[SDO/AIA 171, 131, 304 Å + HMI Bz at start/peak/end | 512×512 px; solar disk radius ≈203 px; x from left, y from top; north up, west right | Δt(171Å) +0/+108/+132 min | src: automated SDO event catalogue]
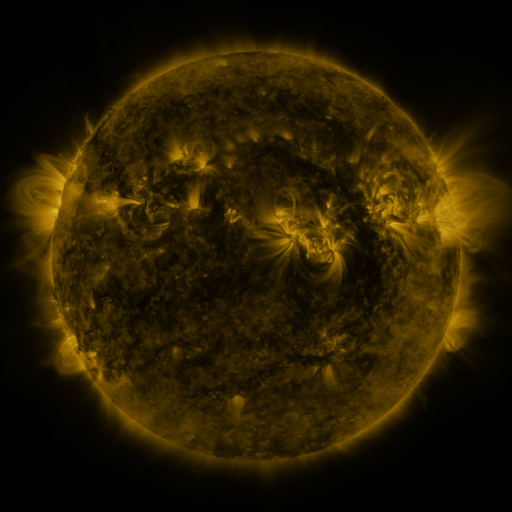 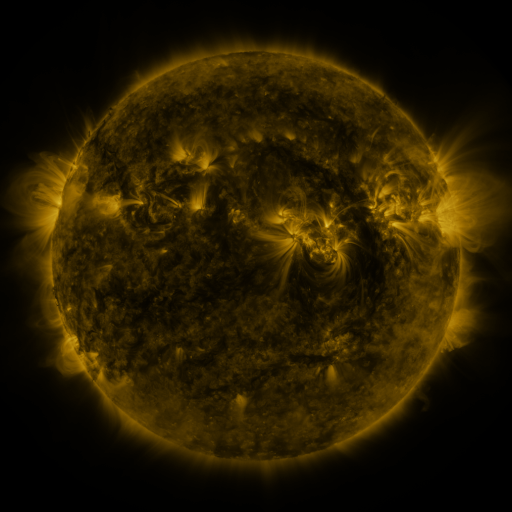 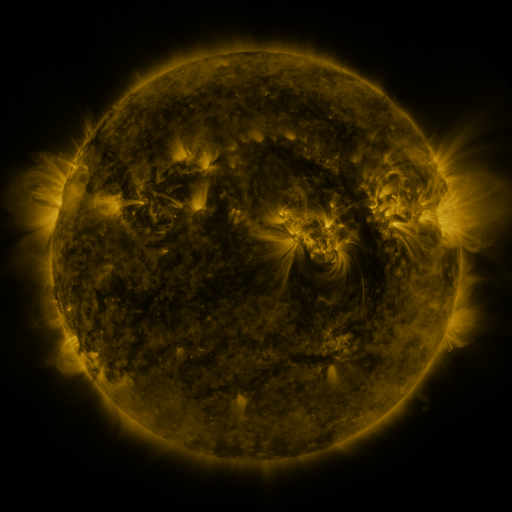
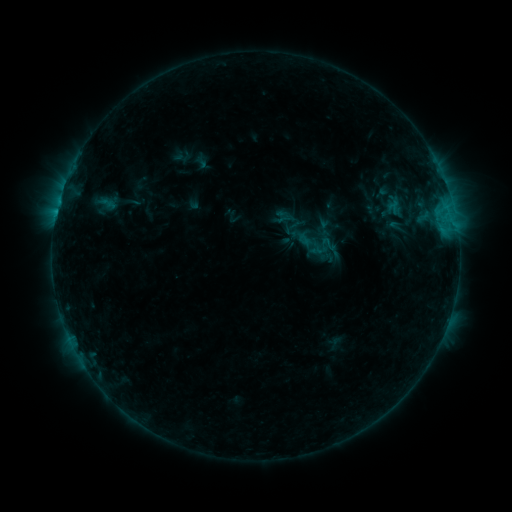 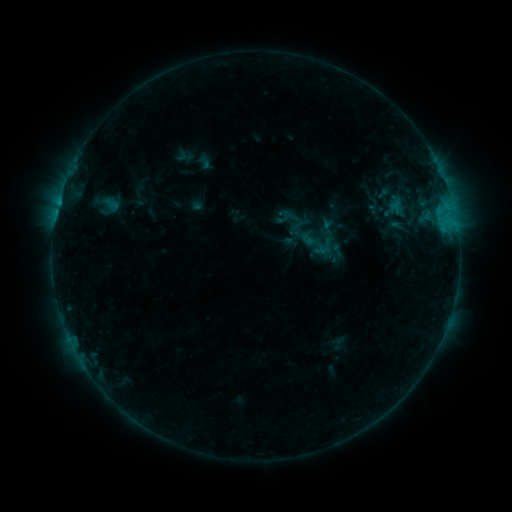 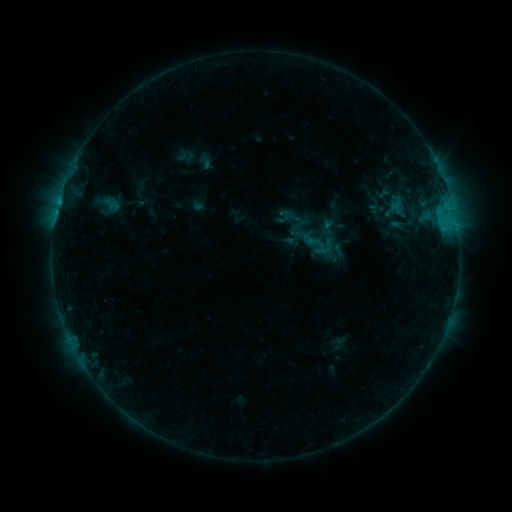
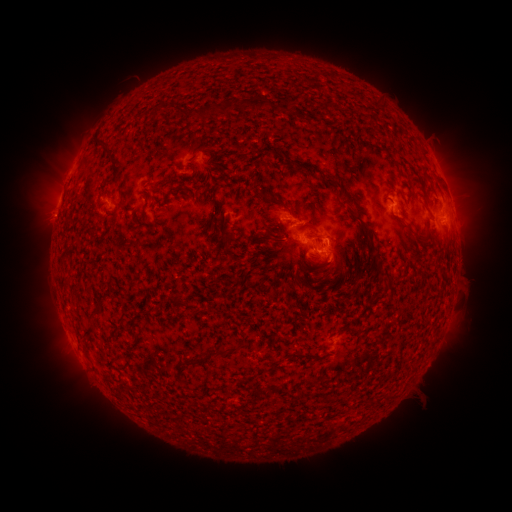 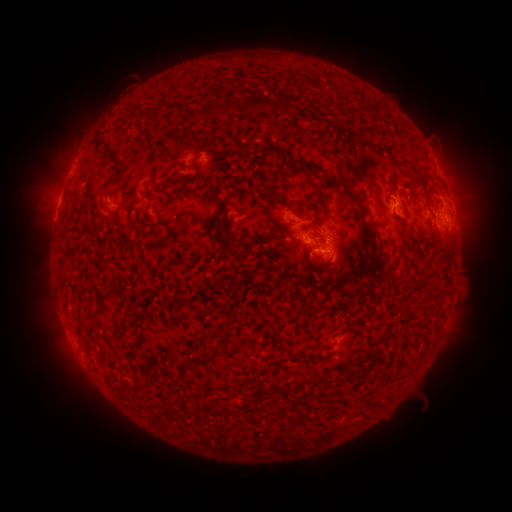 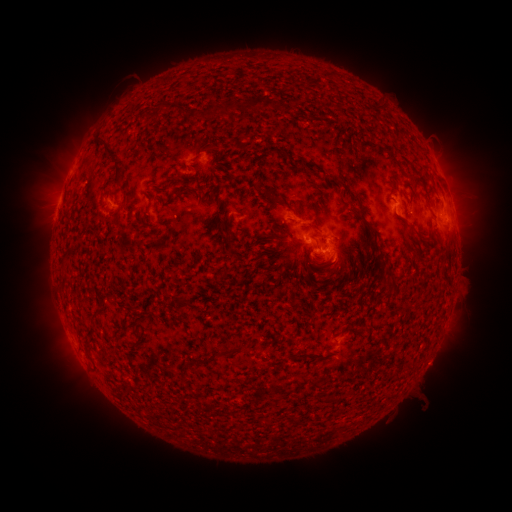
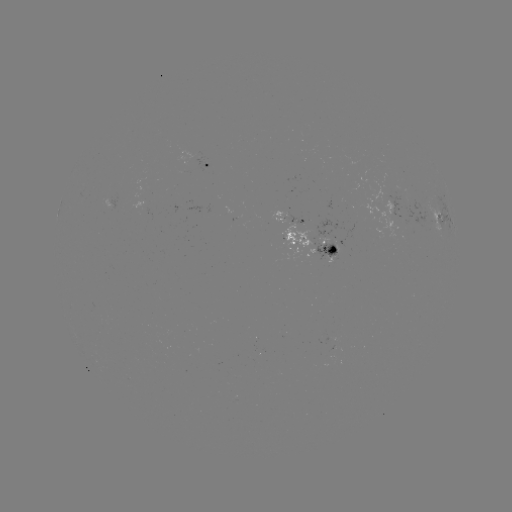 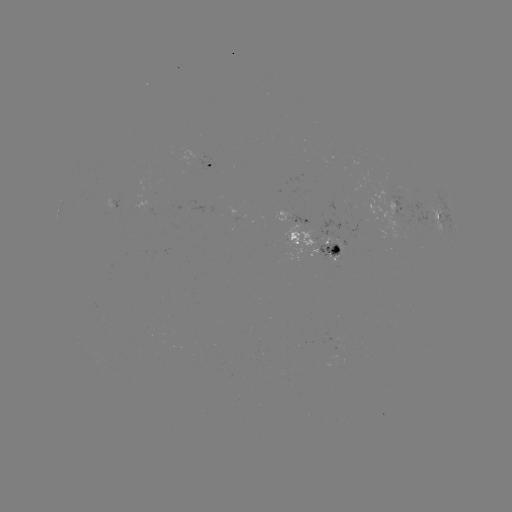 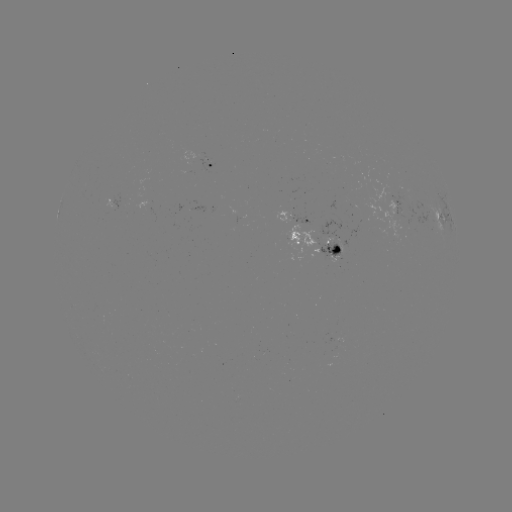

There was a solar emerging-flux region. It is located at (332, 246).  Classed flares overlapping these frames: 2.